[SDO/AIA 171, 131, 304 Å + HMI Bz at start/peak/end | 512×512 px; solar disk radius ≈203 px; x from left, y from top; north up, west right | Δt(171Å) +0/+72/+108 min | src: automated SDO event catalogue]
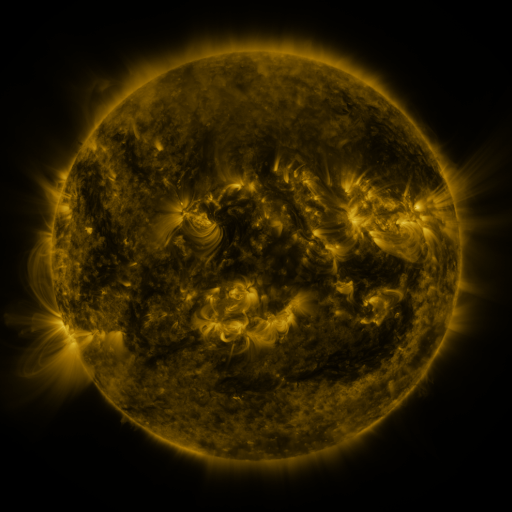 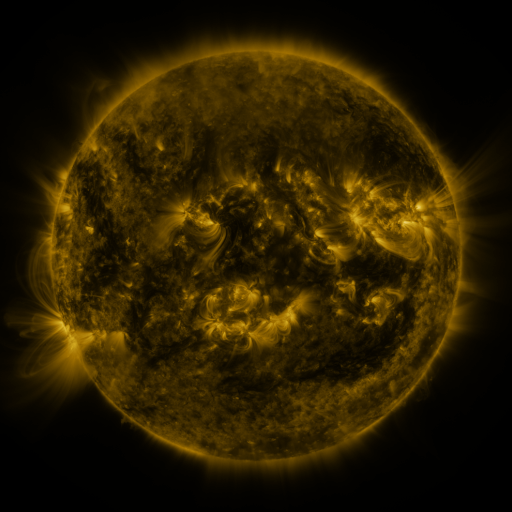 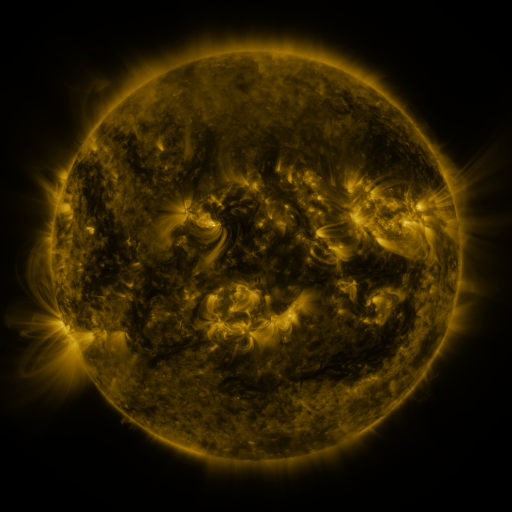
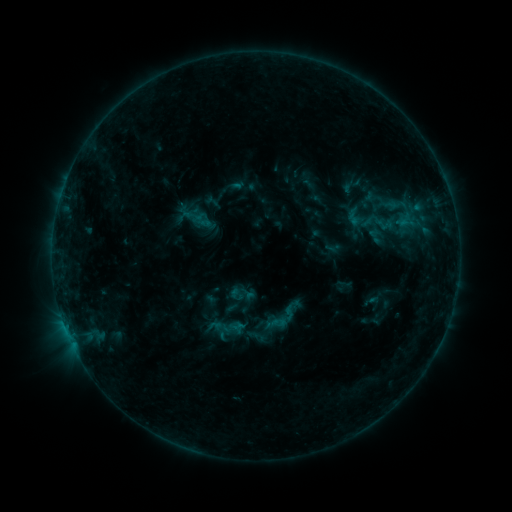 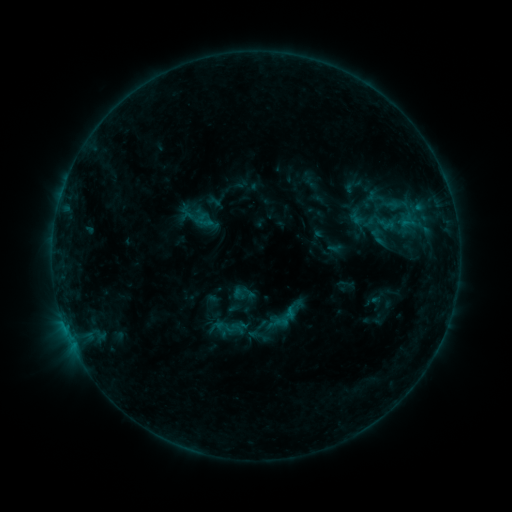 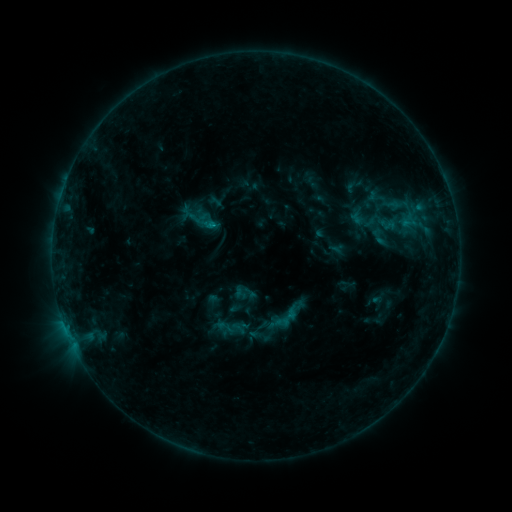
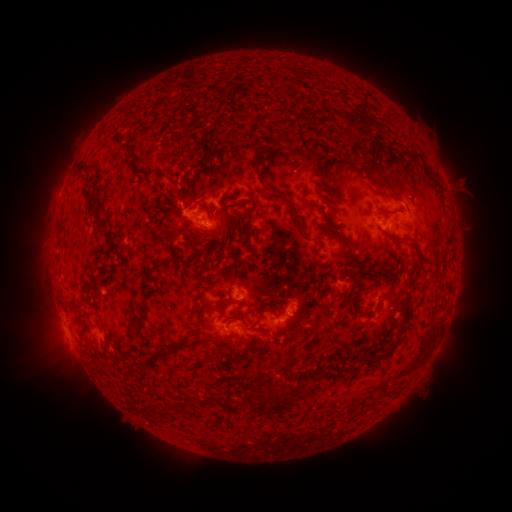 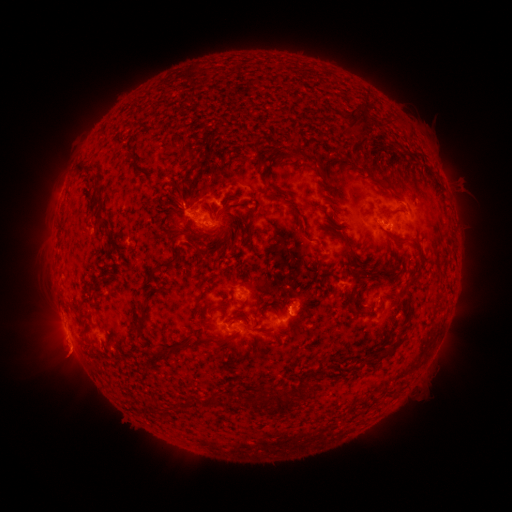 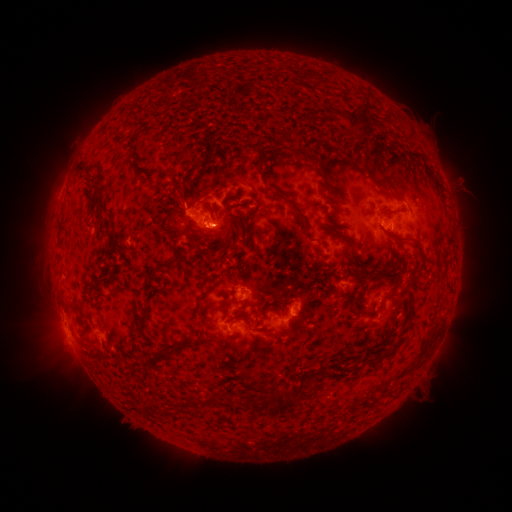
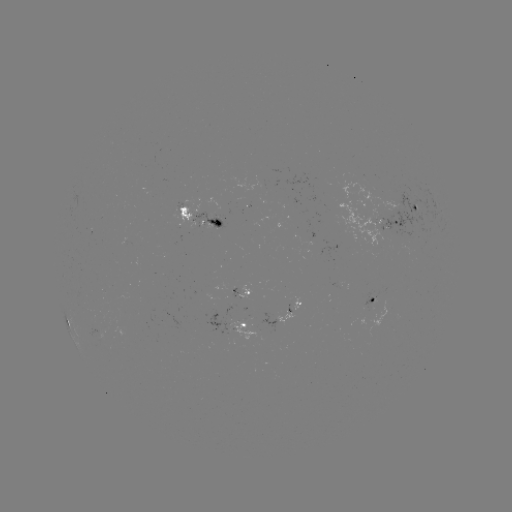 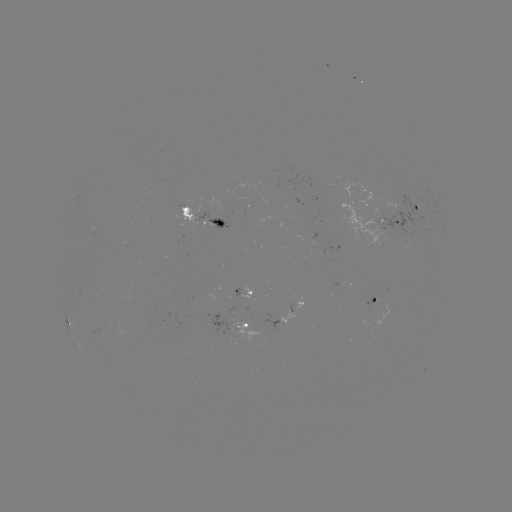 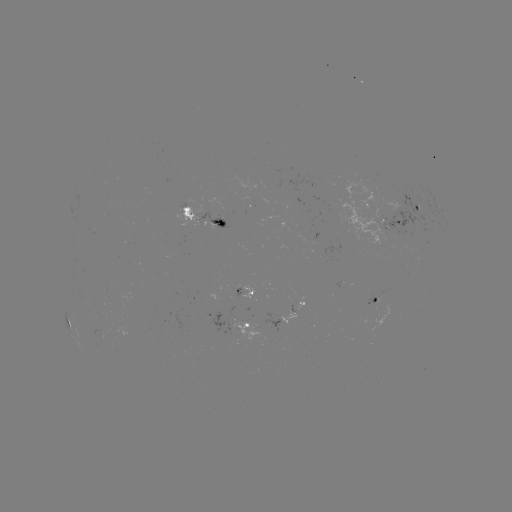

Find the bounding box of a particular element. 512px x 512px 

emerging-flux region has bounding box [364, 287, 388, 309].